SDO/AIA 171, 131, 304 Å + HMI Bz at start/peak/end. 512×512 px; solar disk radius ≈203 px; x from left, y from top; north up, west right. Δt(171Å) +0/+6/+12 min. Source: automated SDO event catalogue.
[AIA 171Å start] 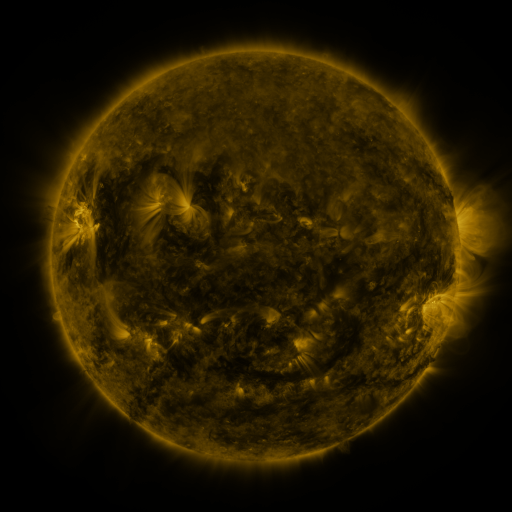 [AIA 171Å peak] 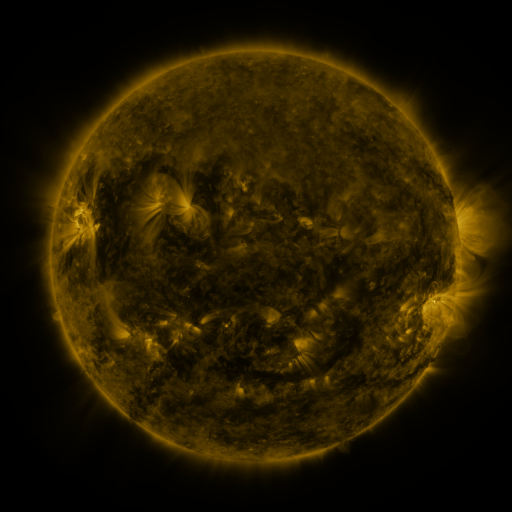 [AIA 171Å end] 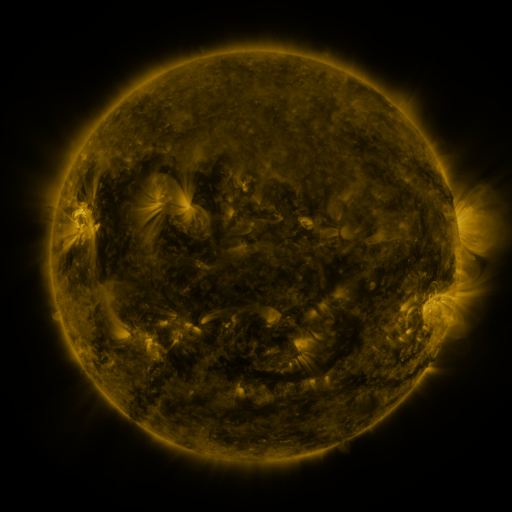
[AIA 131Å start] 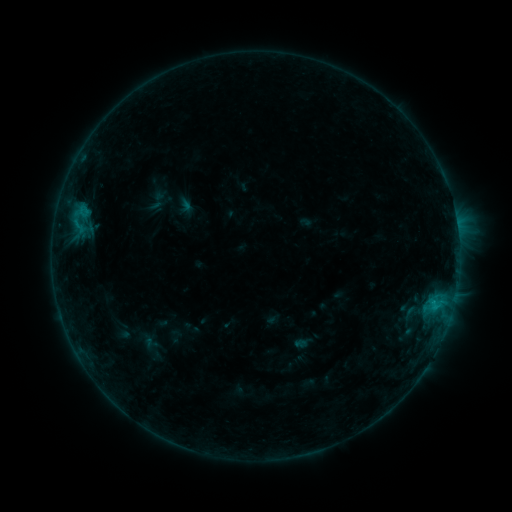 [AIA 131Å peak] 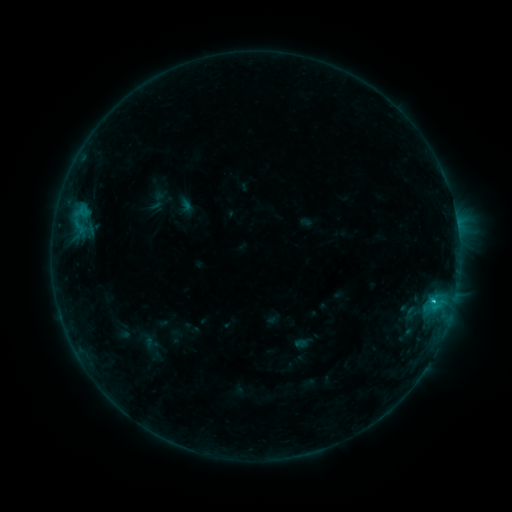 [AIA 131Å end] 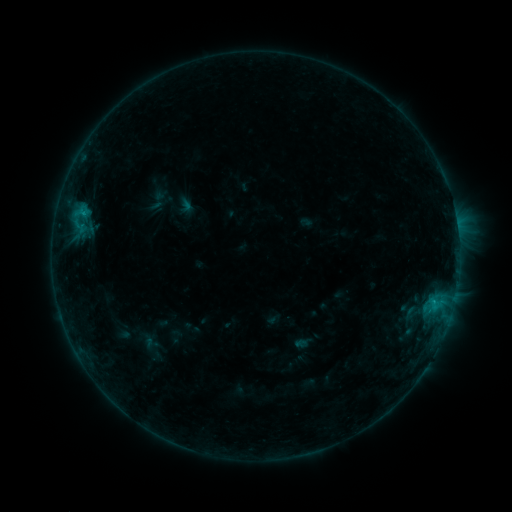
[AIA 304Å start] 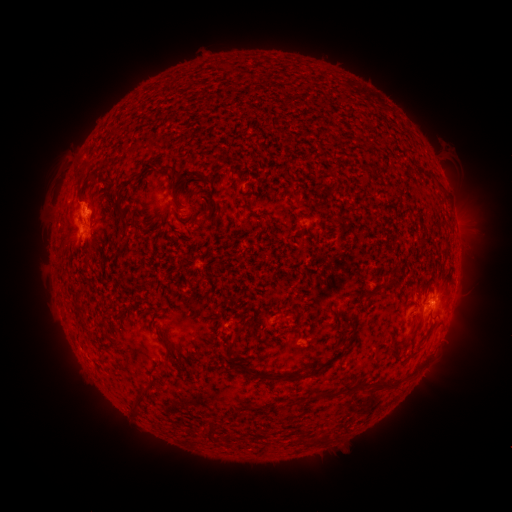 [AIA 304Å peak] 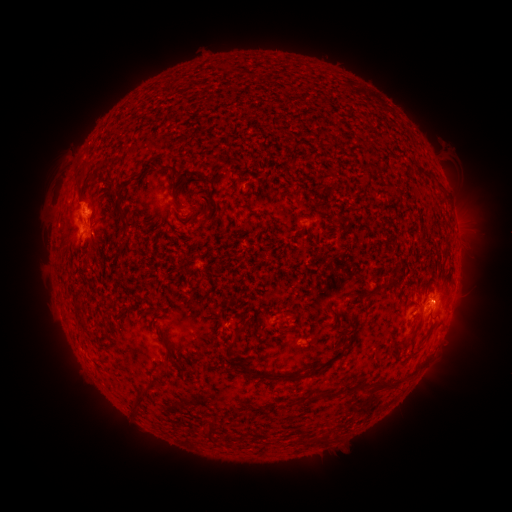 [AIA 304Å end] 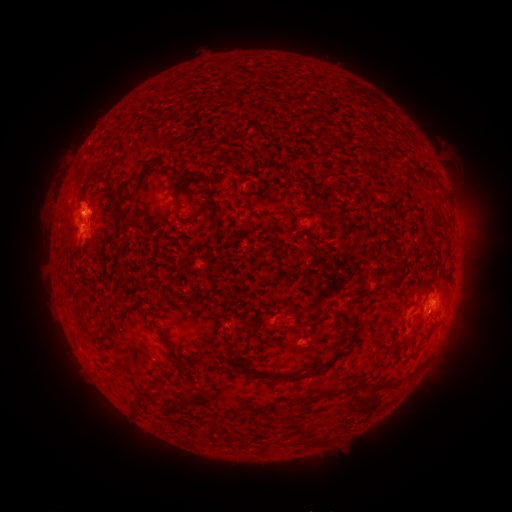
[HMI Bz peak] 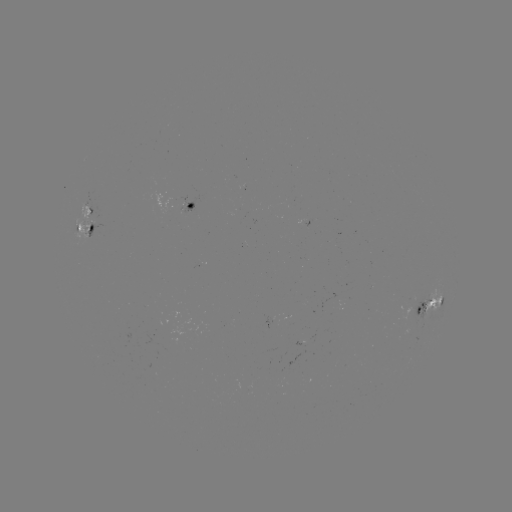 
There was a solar flare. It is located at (433, 299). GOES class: C1.1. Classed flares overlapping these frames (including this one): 1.